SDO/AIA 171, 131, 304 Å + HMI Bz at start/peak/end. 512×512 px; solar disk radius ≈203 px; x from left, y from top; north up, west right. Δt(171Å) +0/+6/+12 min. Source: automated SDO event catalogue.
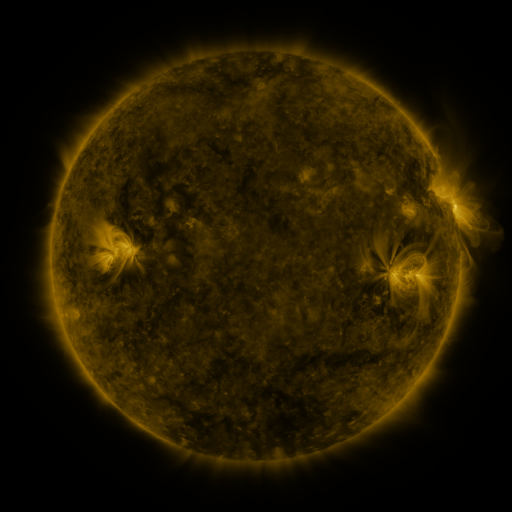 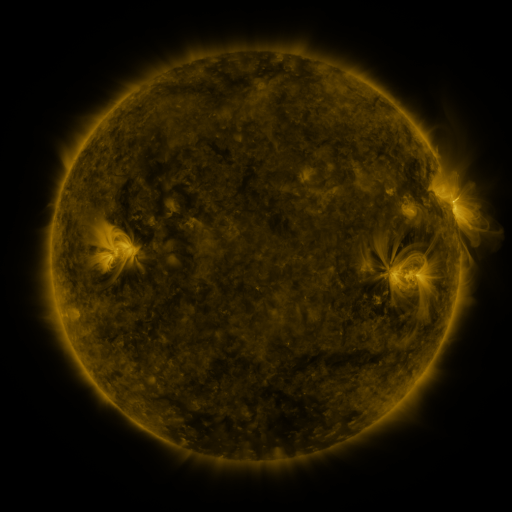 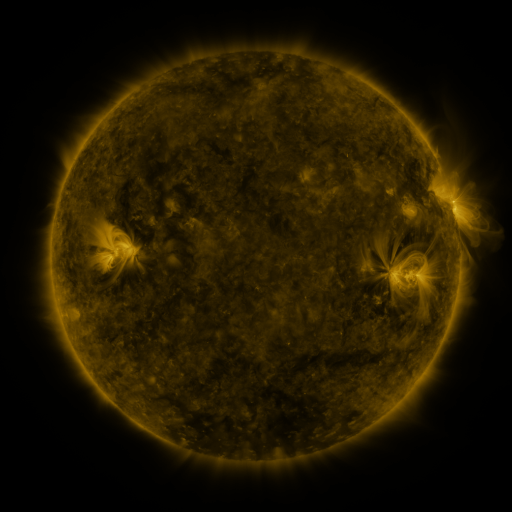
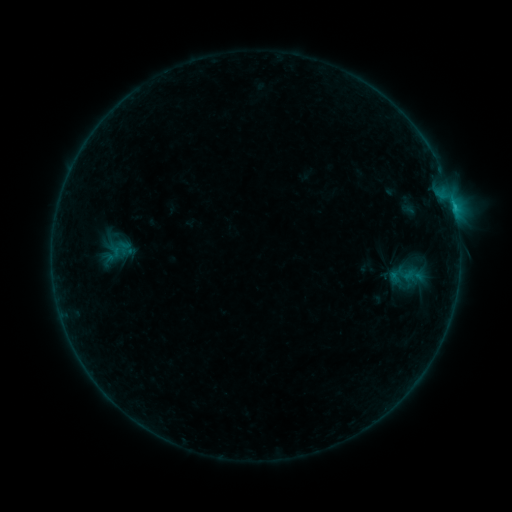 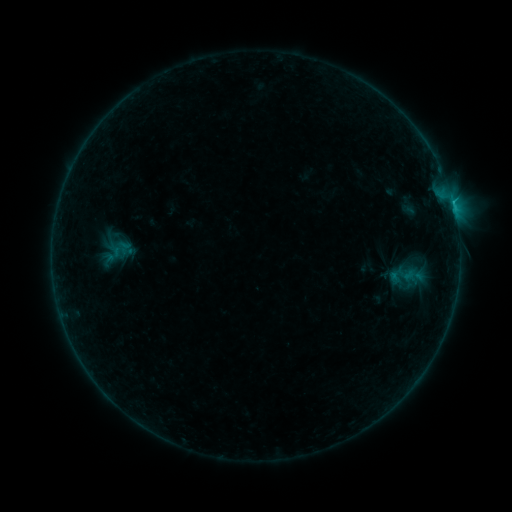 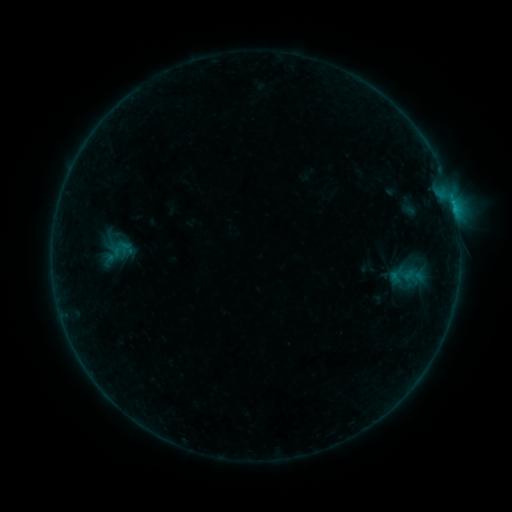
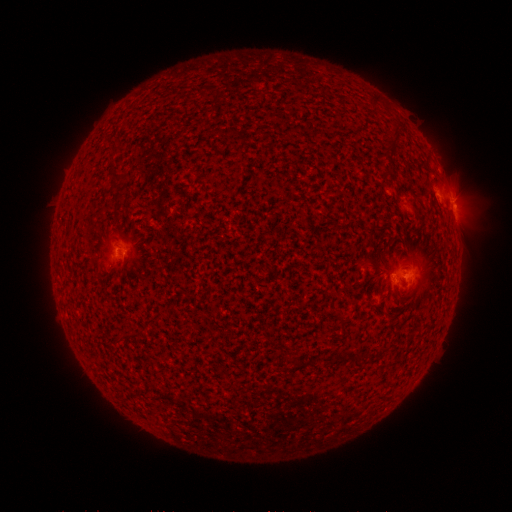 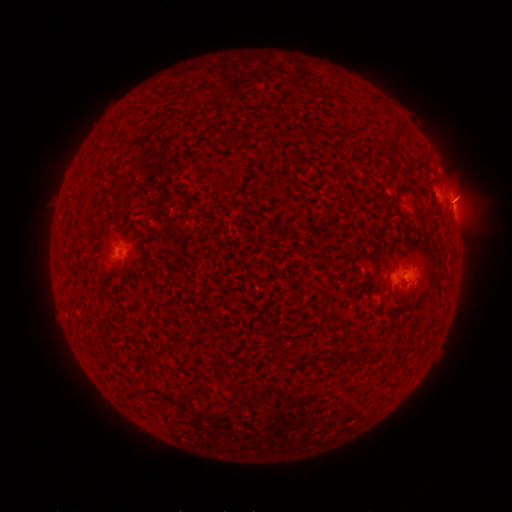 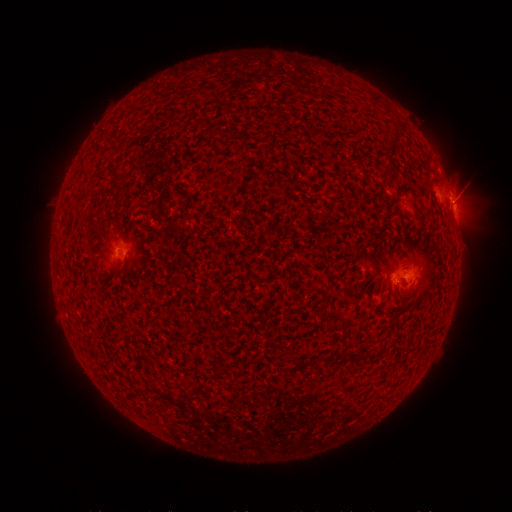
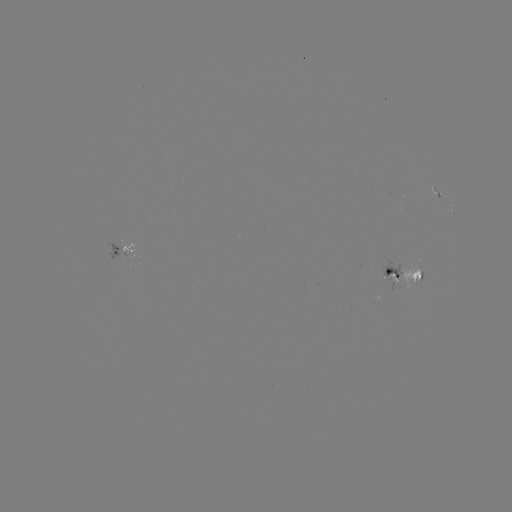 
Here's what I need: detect C1.9 flare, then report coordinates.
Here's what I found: C1.9 flare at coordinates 451,202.